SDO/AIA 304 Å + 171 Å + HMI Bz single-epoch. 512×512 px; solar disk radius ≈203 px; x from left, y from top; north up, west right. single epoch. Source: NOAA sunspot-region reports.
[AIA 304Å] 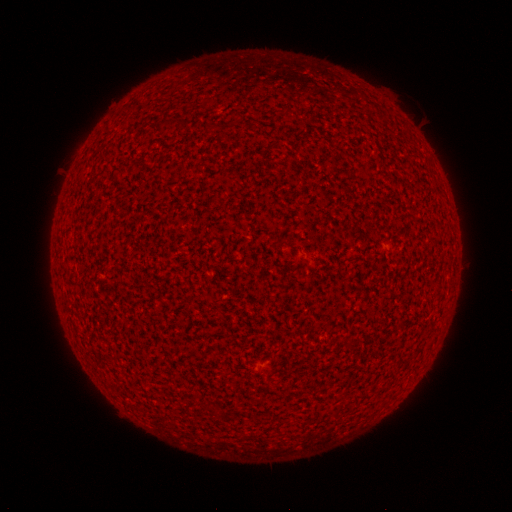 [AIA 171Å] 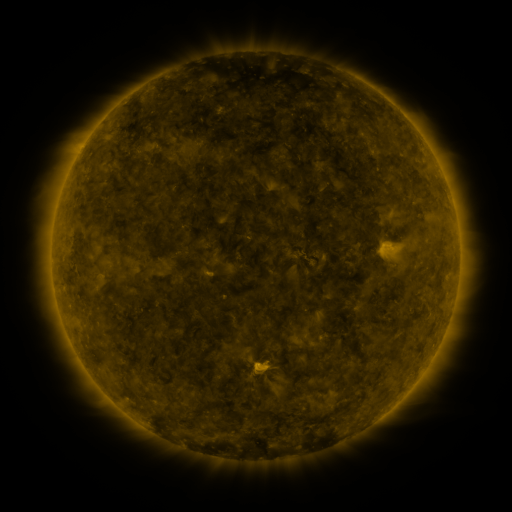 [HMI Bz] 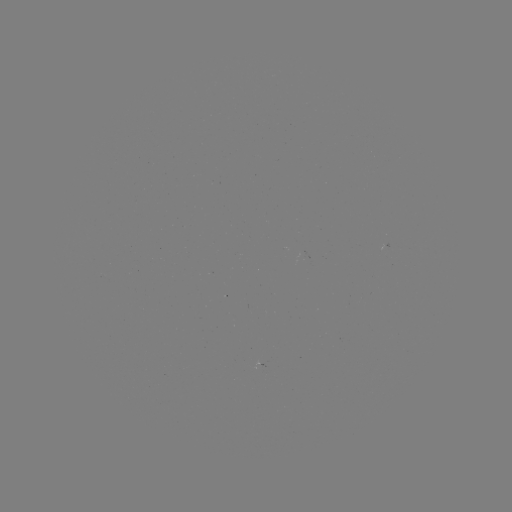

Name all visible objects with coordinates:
(none)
